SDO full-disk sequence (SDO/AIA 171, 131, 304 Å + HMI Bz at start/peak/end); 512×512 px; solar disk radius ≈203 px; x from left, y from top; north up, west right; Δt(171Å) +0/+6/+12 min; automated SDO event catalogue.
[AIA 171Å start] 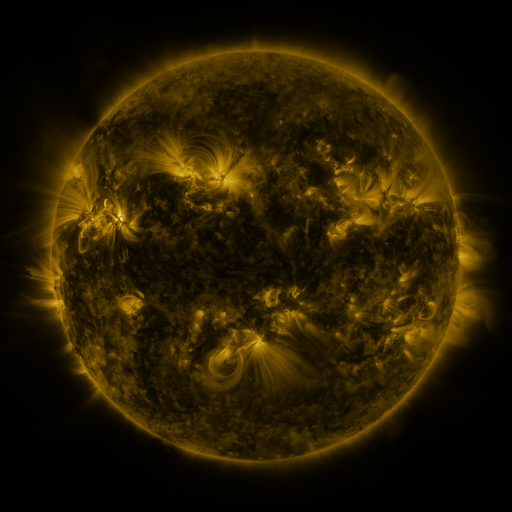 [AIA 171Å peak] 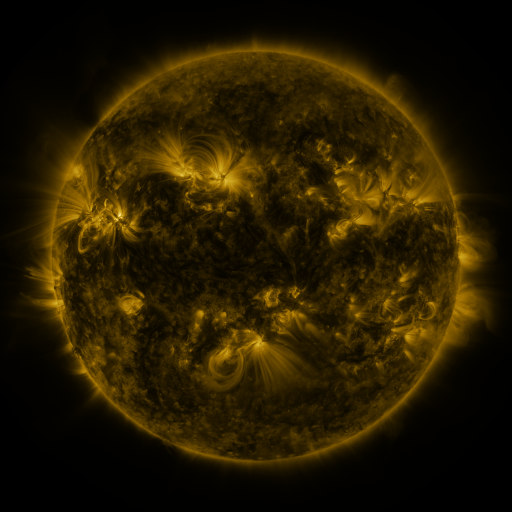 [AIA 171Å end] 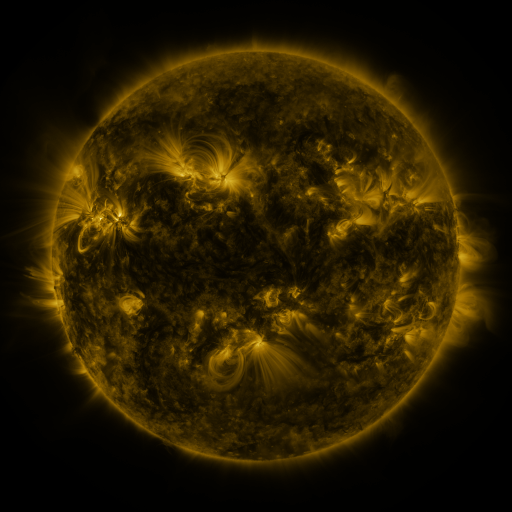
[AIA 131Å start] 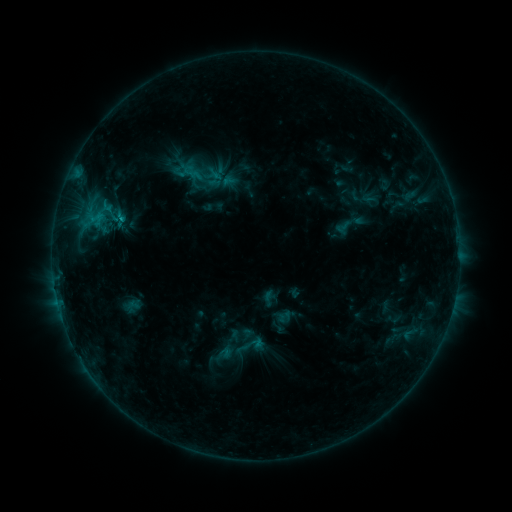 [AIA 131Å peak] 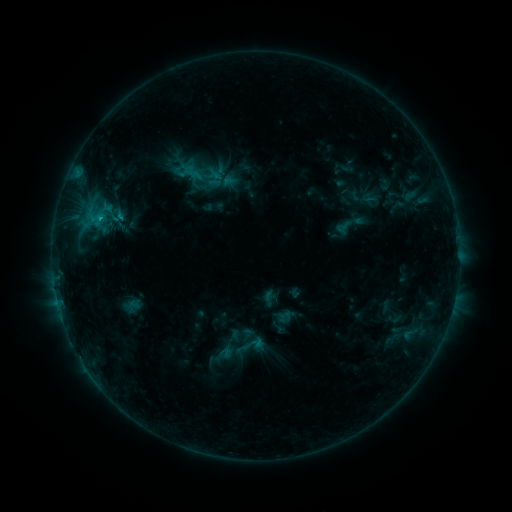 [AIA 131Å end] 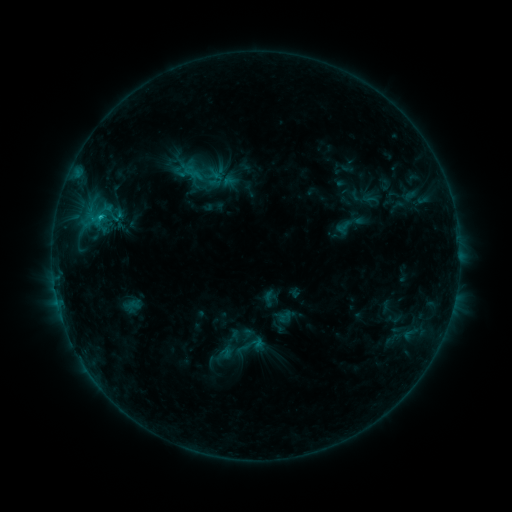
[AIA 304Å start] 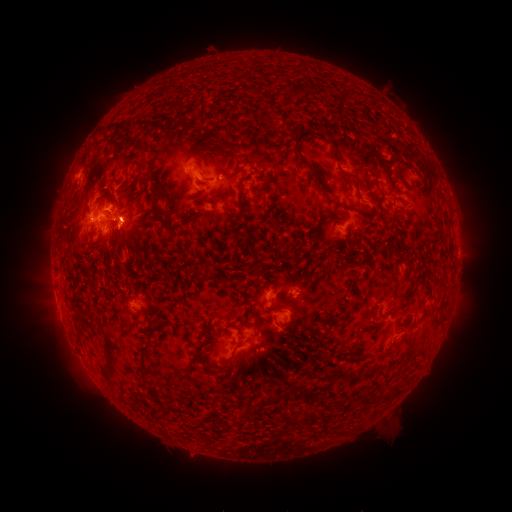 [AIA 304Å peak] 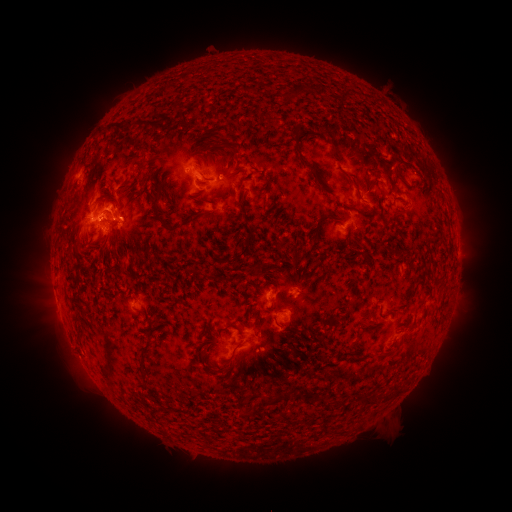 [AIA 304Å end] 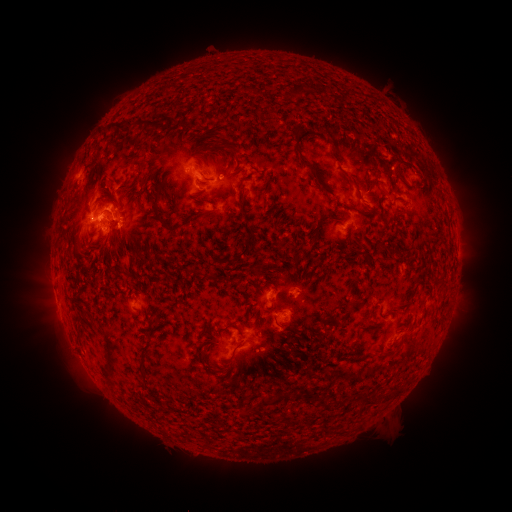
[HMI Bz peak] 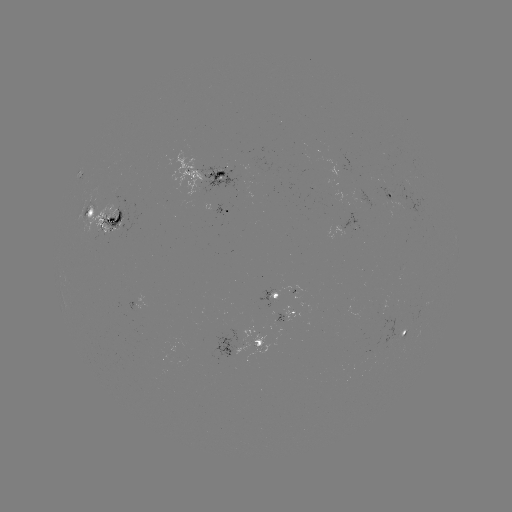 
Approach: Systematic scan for C1.7 flare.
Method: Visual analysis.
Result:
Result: C1.7 flare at [101, 221].